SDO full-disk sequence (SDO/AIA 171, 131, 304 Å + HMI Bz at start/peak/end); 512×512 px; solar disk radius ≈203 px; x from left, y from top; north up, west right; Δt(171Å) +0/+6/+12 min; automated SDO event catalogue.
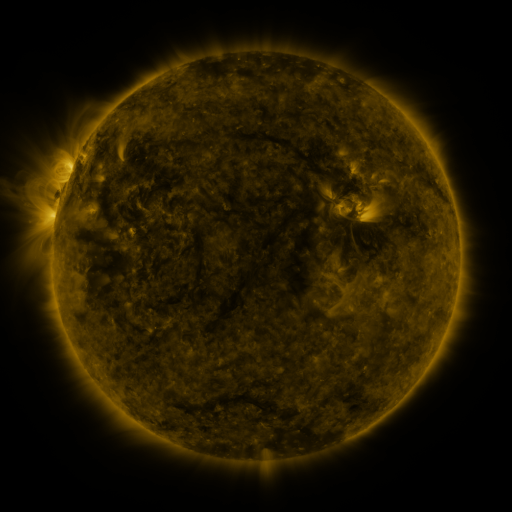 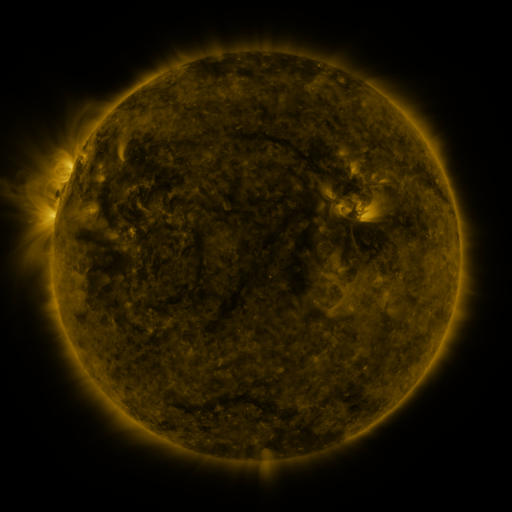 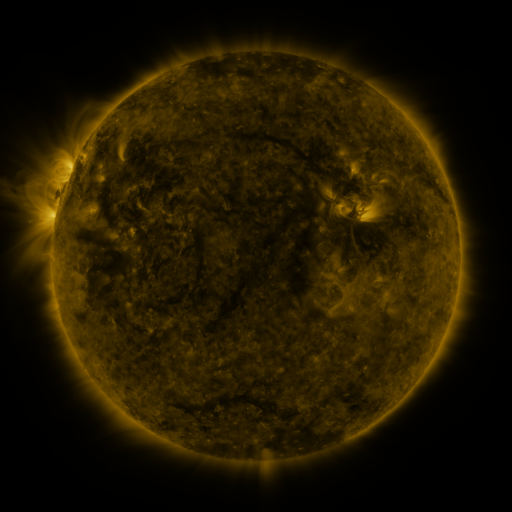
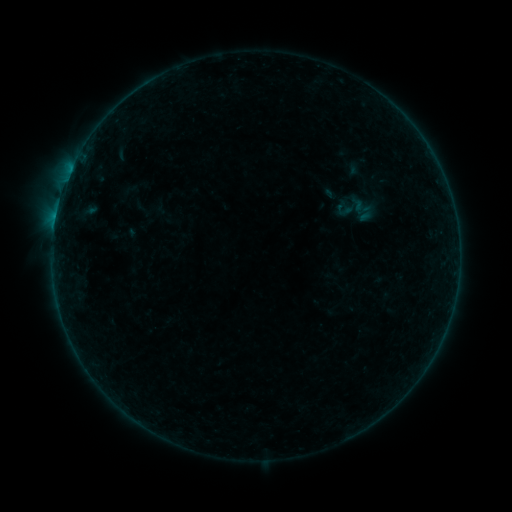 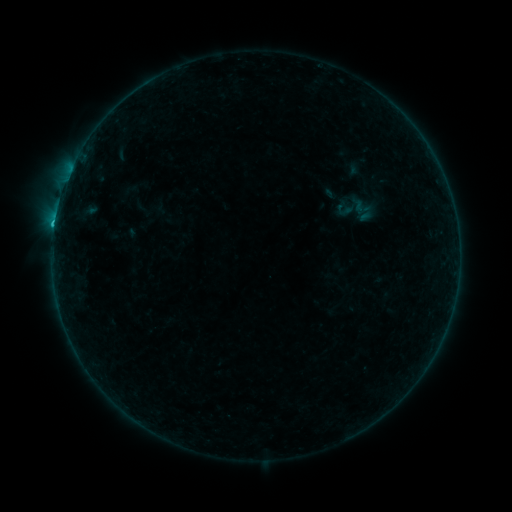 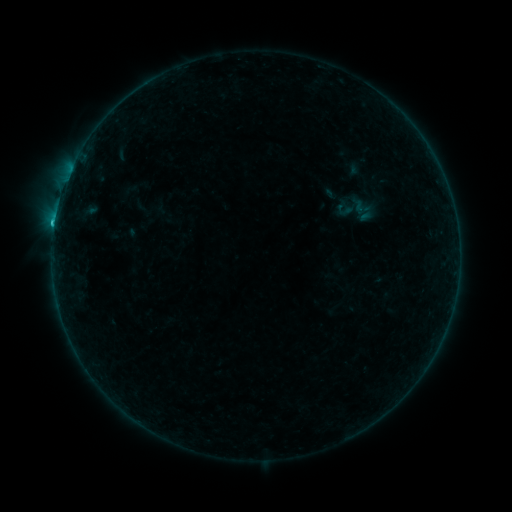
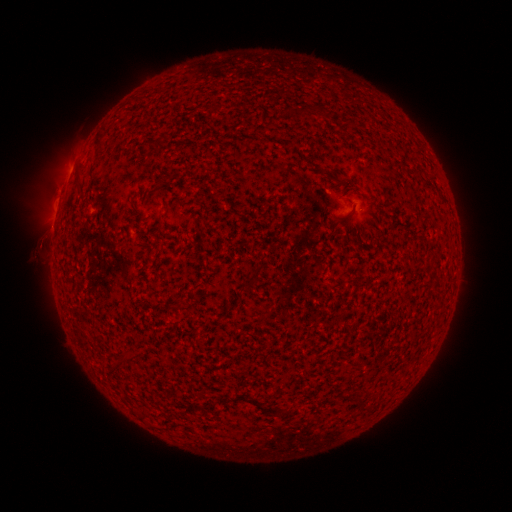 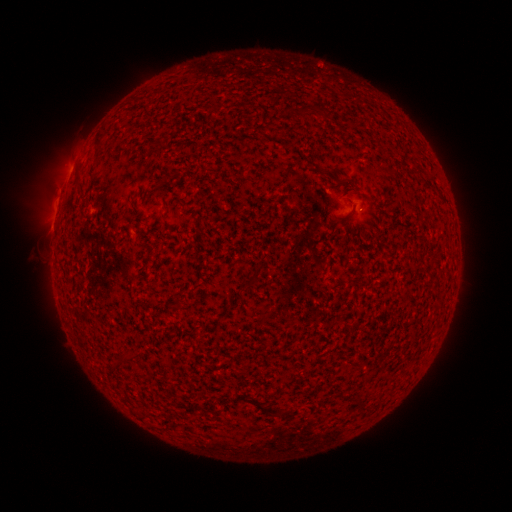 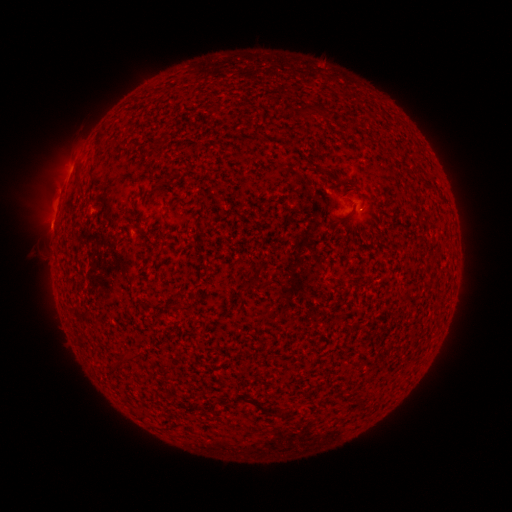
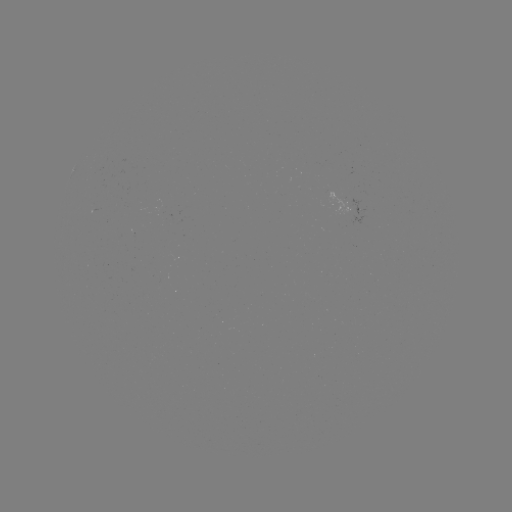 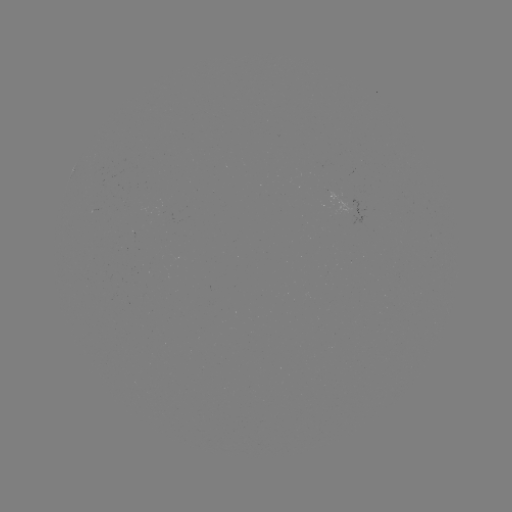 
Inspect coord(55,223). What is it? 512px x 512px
B7.1 flare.